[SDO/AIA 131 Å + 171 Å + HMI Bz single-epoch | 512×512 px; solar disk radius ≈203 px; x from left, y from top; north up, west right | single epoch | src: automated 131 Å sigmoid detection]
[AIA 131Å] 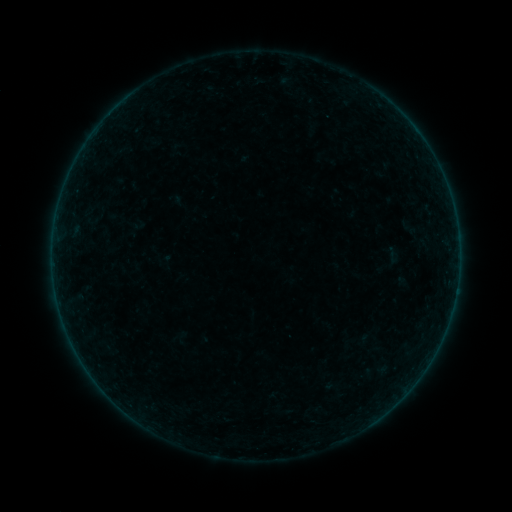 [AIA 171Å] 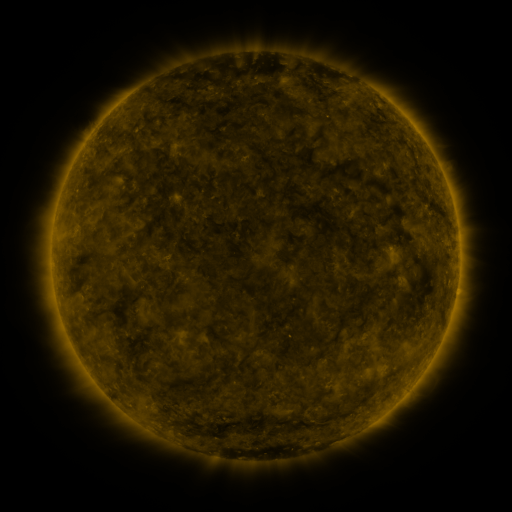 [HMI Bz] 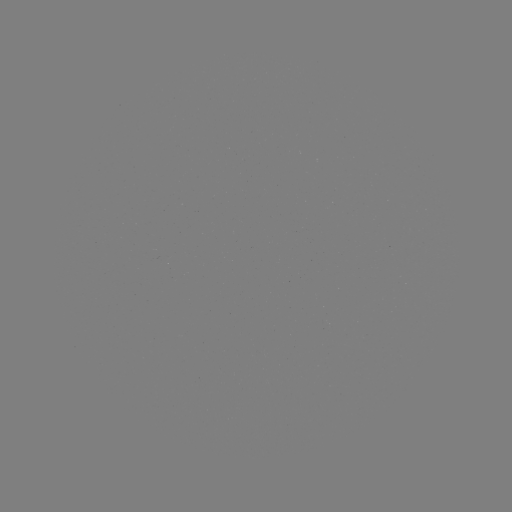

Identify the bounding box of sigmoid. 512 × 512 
[323, 378, 339, 395].